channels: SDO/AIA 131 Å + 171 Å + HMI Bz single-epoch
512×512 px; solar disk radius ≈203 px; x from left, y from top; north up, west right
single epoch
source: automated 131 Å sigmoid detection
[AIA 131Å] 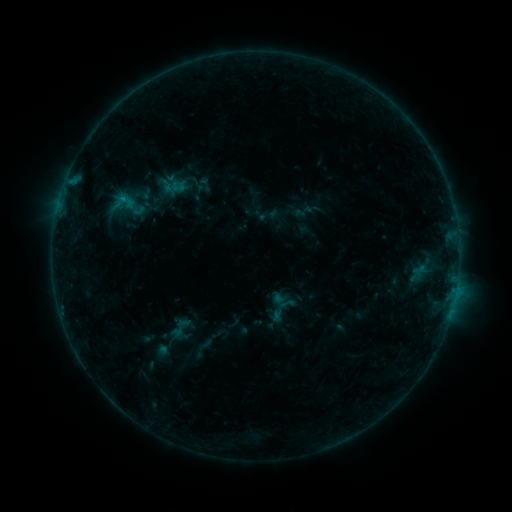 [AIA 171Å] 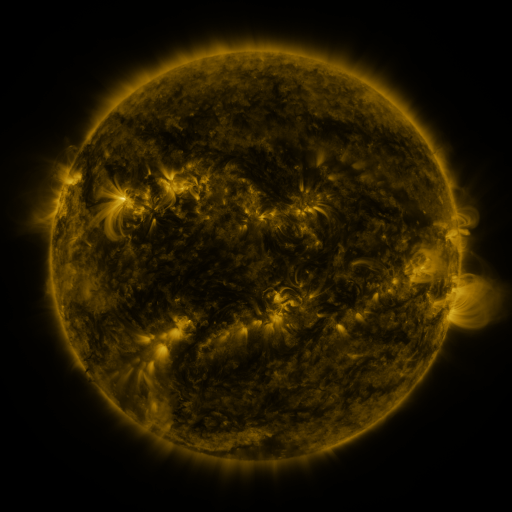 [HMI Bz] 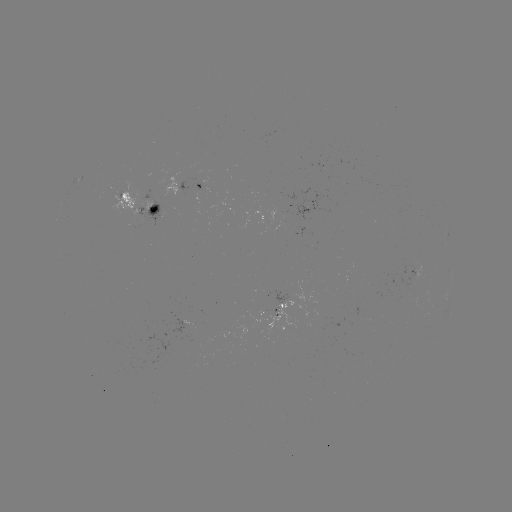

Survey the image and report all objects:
sigmoid: (272, 291, 294, 312)
sigmoid: (185, 325, 209, 345)
